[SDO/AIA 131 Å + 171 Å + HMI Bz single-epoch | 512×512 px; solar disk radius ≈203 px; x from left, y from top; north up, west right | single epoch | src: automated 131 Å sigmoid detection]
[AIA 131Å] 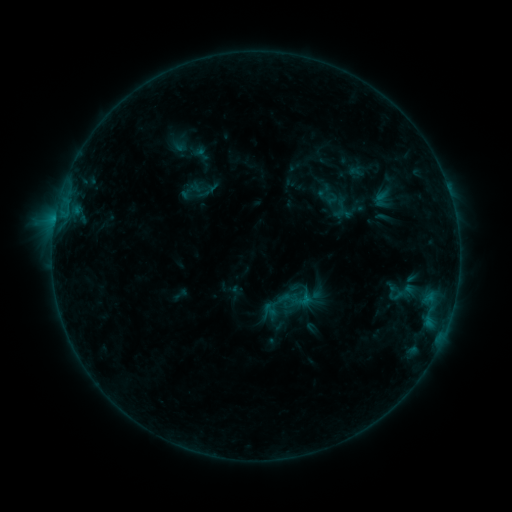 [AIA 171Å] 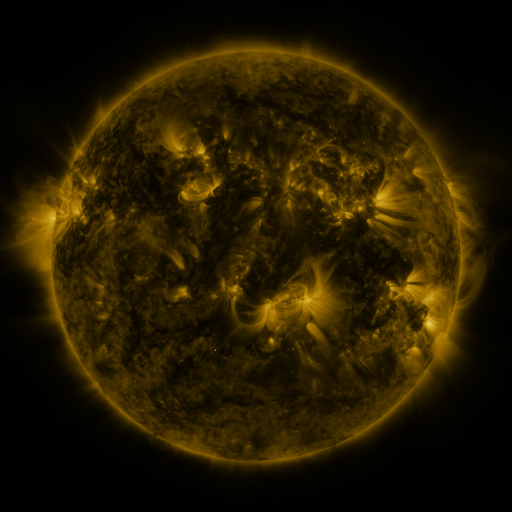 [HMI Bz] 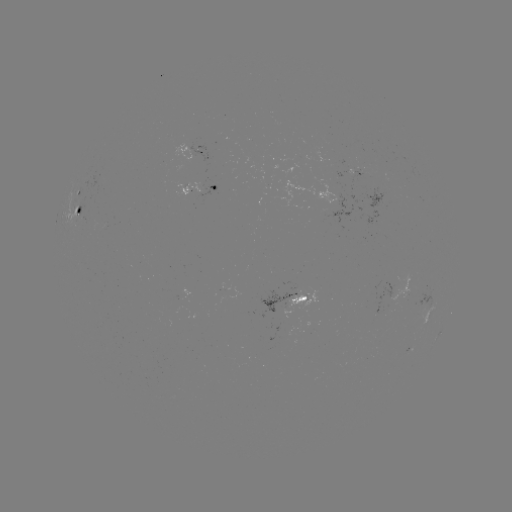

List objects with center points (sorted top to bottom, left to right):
sigmoid: <bbox>320, 138, 382, 189</bbox>
sigmoid: <bbox>313, 181, 334, 201</bbox>
sigmoid: <bbox>369, 188, 393, 211</bbox>
sigmoid: <bbox>278, 289, 301, 313</bbox>
